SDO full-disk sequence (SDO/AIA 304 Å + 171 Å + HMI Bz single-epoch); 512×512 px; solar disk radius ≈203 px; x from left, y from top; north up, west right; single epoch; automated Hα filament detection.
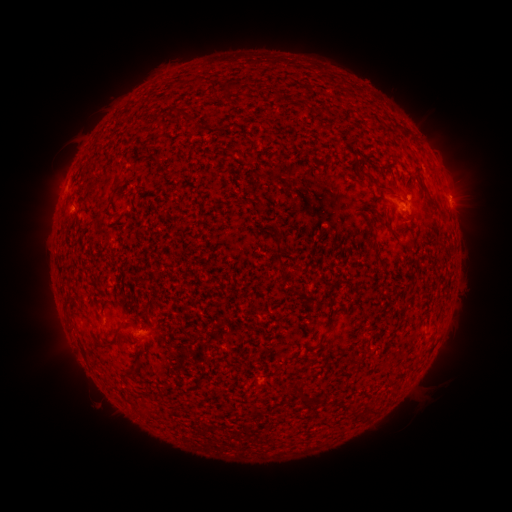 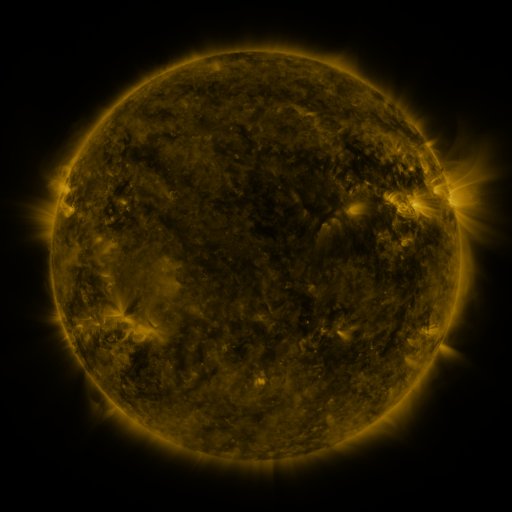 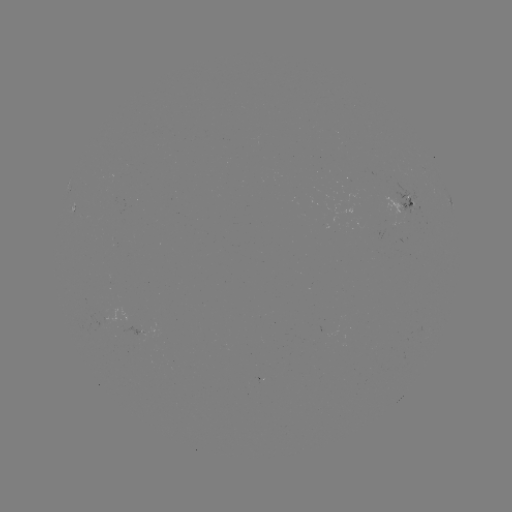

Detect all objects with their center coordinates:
filament: <bbox>193, 75, 204, 86</bbox>
filament: <bbox>223, 81, 236, 95</bbox>
filament: <bbox>357, 168, 370, 180</bbox>
filament: <bbox>114, 174, 122, 185</bbox>
filament: <bbox>271, 236, 284, 255</bbox>
filament: <bbox>372, 246, 385, 268</bbox>
filament: <bbox>327, 317, 339, 328</bbox>
filament: <bbox>100, 334, 117, 346</bbox>
